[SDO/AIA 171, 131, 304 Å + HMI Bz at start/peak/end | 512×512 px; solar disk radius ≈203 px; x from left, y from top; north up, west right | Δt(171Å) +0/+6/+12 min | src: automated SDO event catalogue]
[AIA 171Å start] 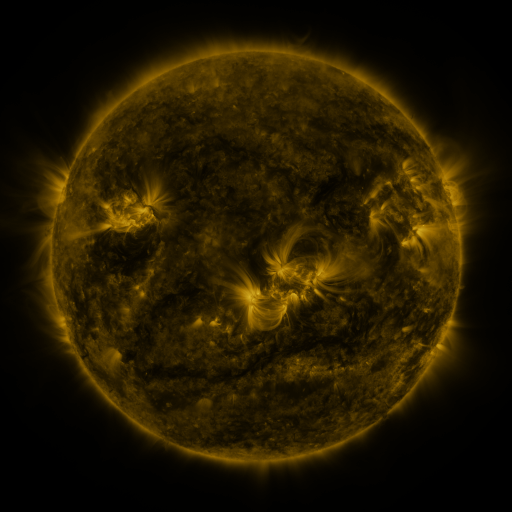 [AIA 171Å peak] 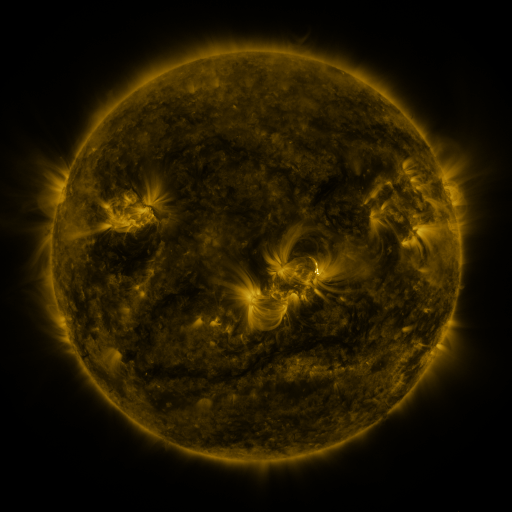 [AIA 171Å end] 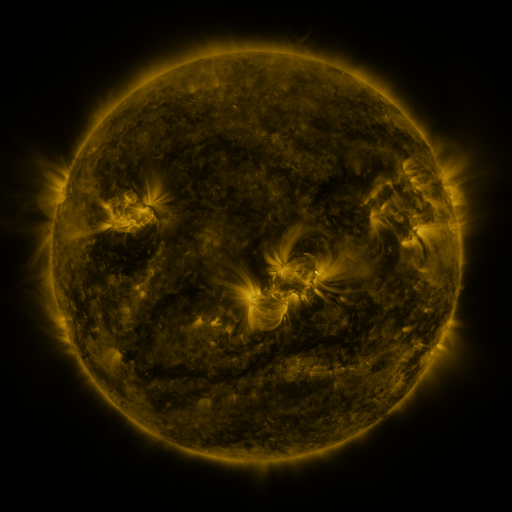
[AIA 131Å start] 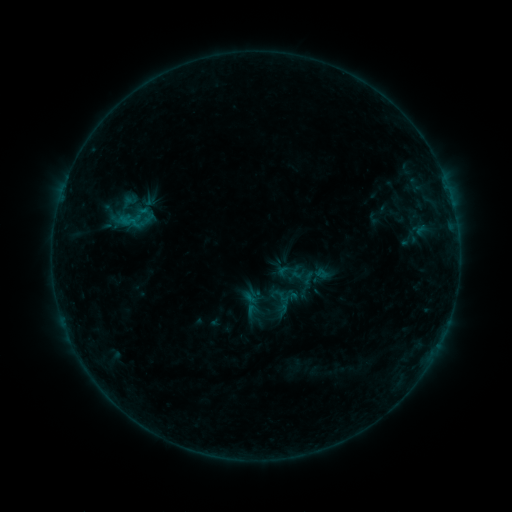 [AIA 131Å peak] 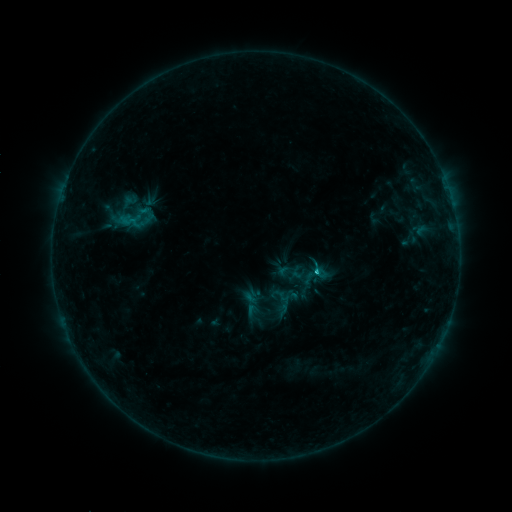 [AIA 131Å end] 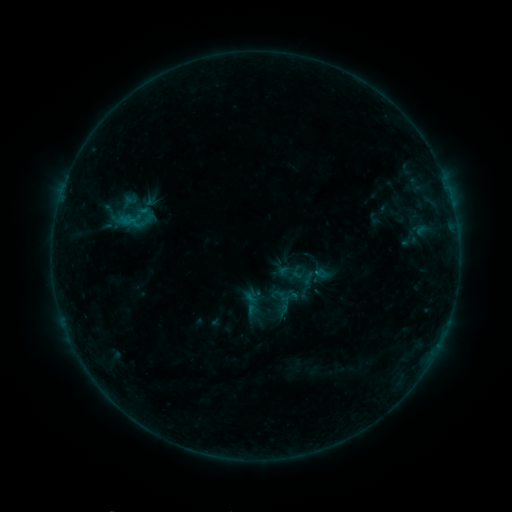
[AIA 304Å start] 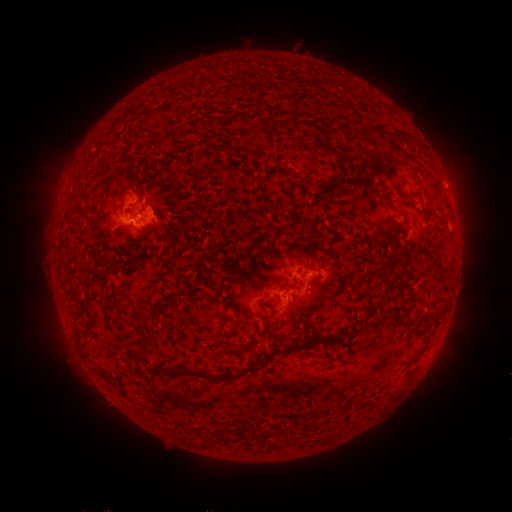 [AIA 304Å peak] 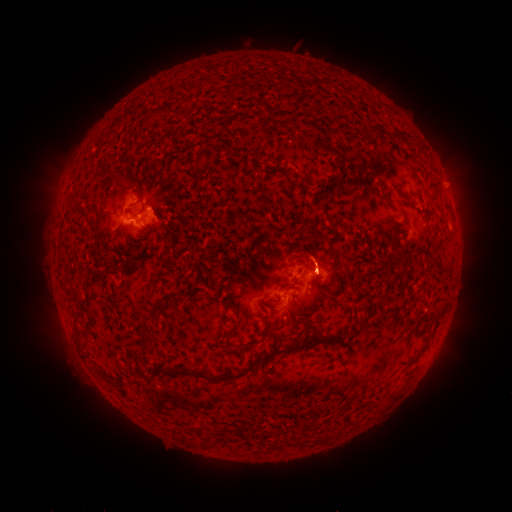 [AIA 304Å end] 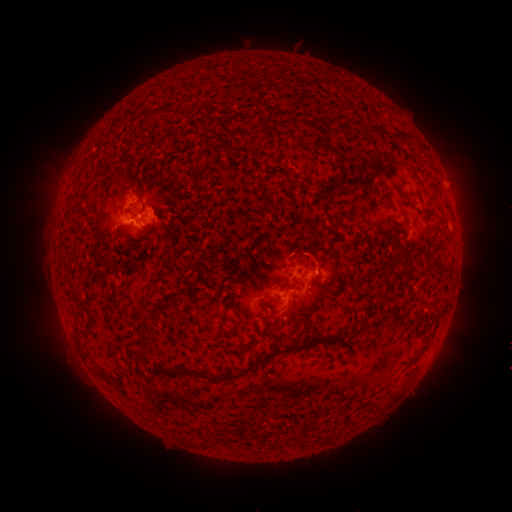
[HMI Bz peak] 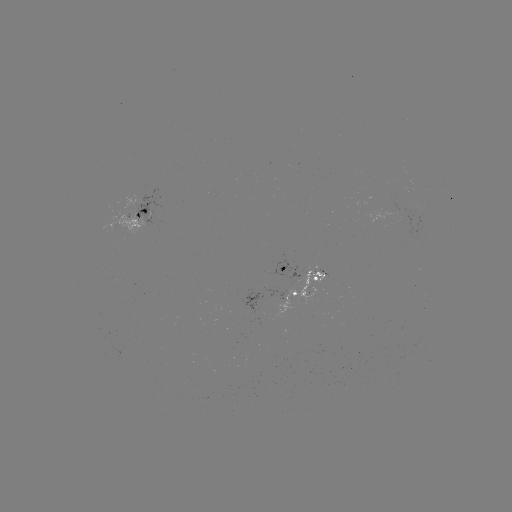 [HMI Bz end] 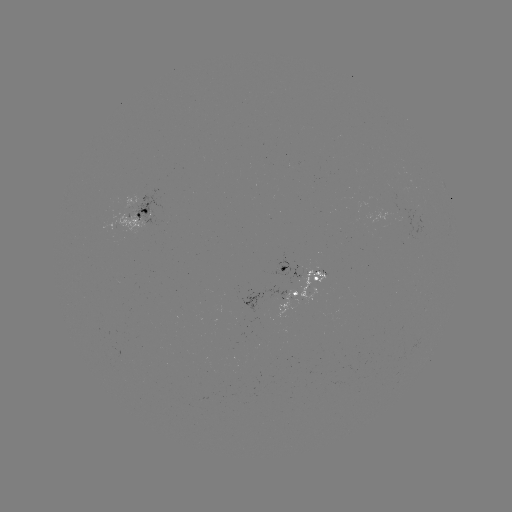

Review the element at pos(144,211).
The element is B6.8 flare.